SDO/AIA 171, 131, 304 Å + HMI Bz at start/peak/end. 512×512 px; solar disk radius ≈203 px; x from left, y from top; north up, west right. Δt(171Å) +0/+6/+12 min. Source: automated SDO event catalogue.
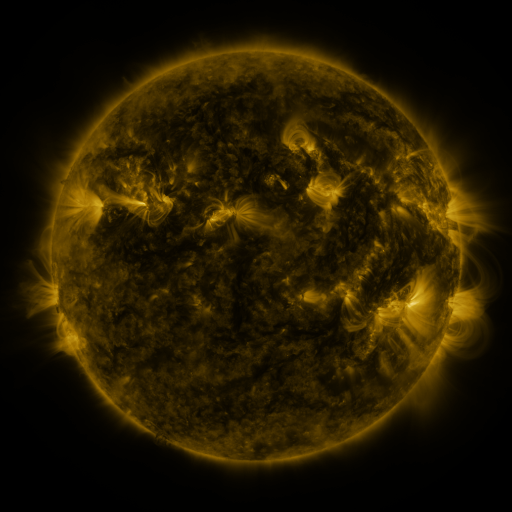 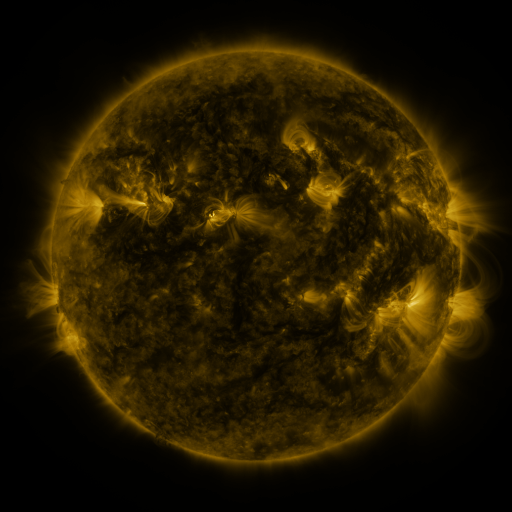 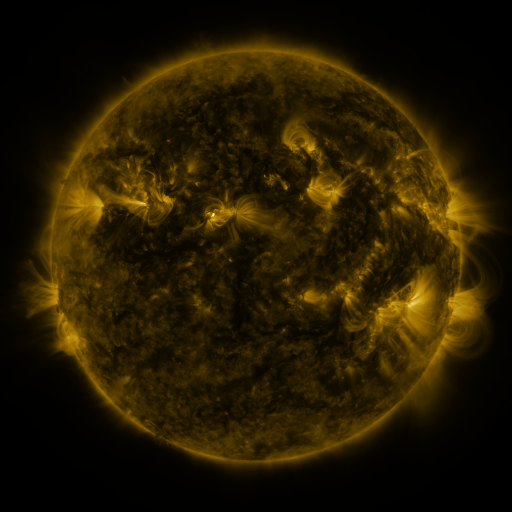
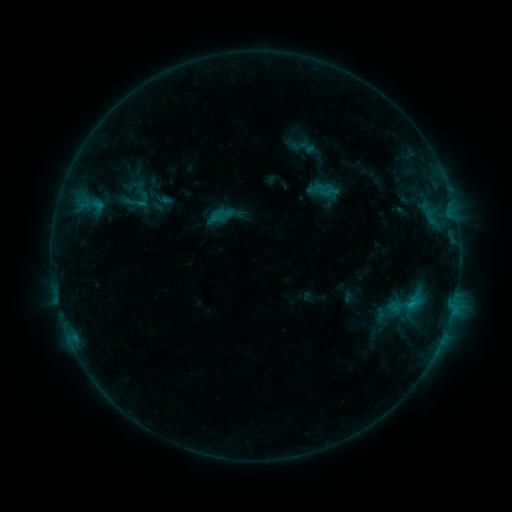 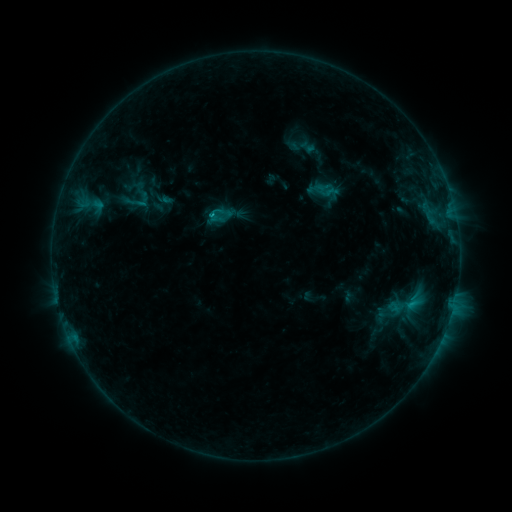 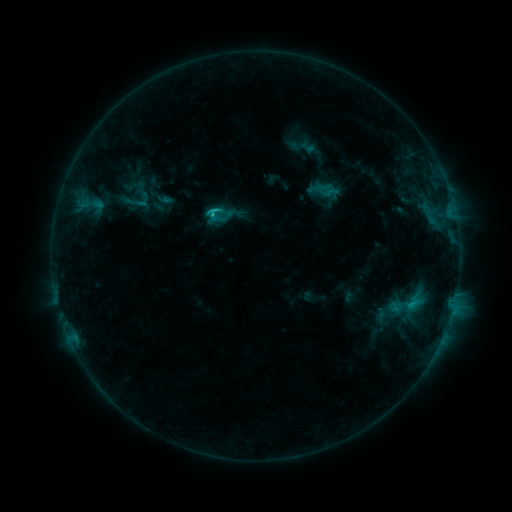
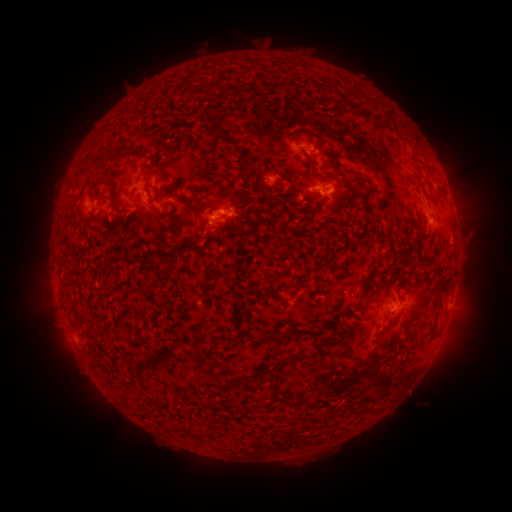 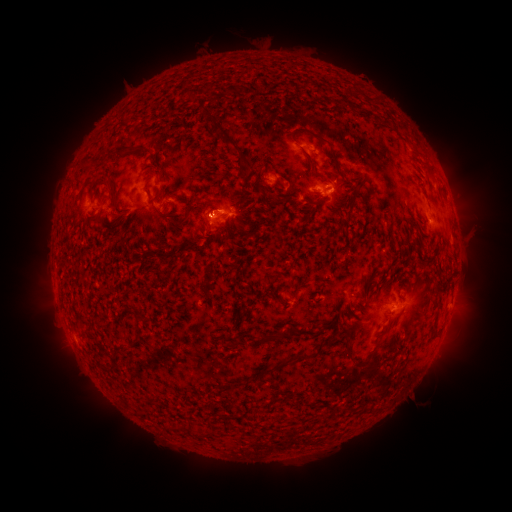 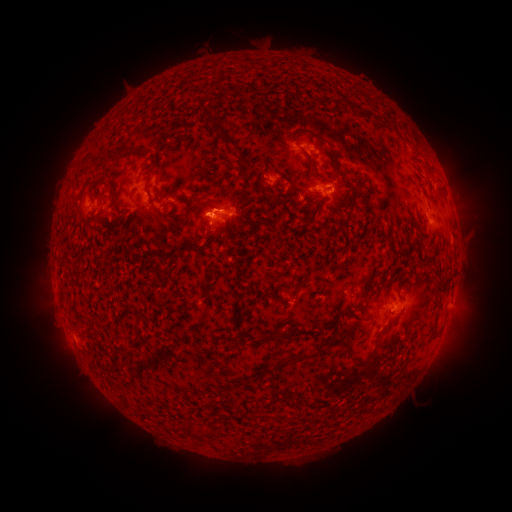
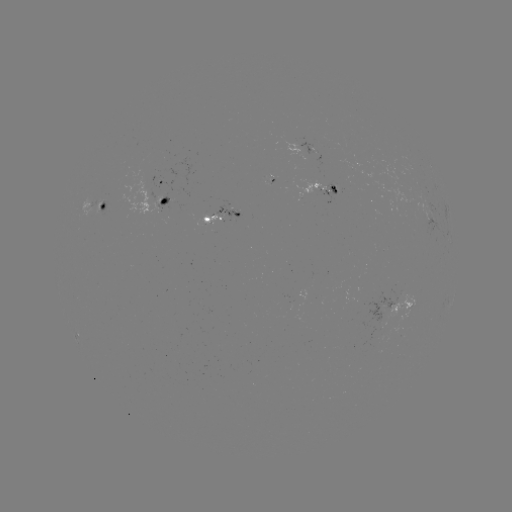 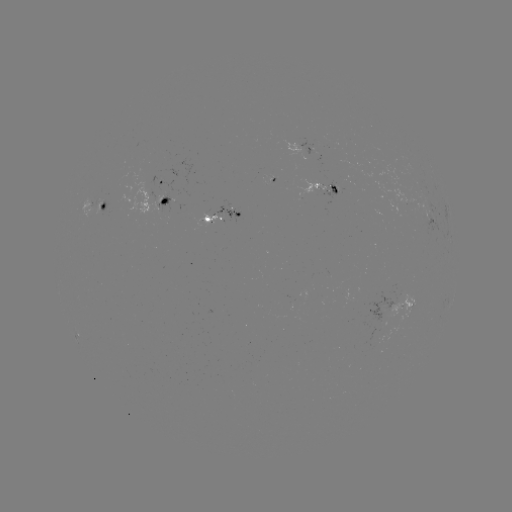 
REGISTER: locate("C1.4 flare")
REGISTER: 213,216